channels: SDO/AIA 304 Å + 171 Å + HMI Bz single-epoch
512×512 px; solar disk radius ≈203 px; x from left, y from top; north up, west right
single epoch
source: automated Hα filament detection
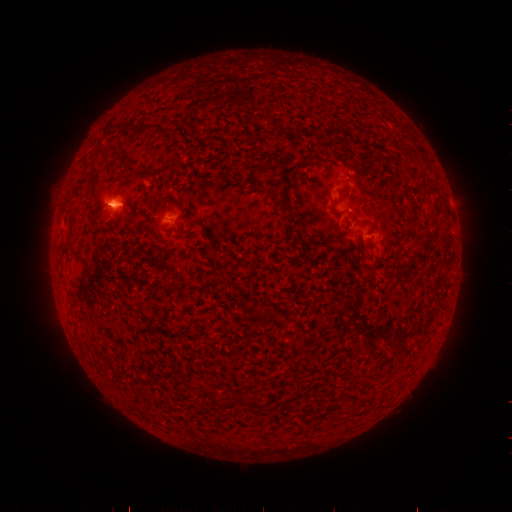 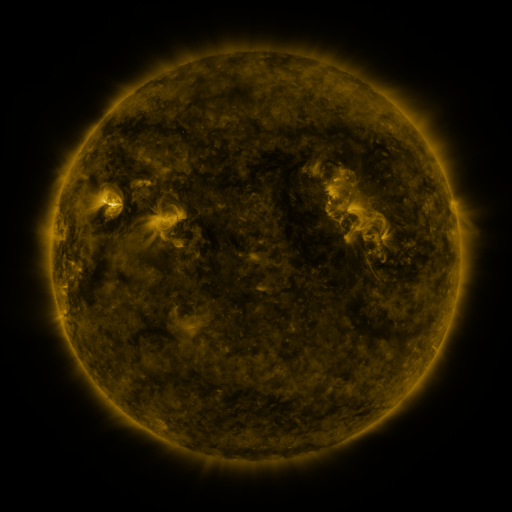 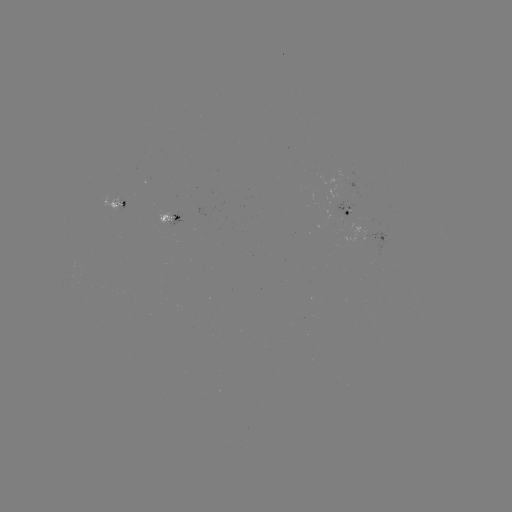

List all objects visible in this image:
filament: (294, 232)
filament: (428, 237)
filament: (411, 262)
filament: (263, 317)
filament: (213, 397)
filament: (253, 403)
